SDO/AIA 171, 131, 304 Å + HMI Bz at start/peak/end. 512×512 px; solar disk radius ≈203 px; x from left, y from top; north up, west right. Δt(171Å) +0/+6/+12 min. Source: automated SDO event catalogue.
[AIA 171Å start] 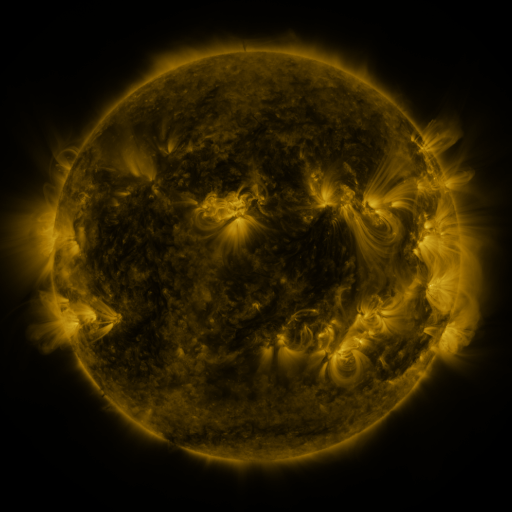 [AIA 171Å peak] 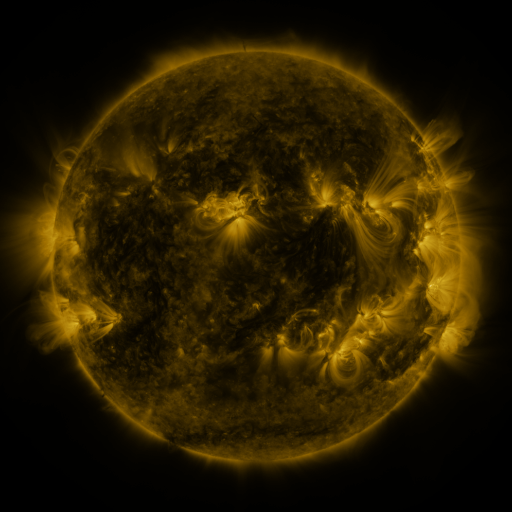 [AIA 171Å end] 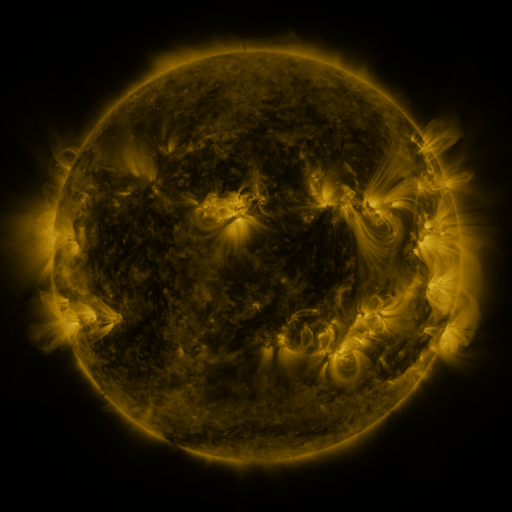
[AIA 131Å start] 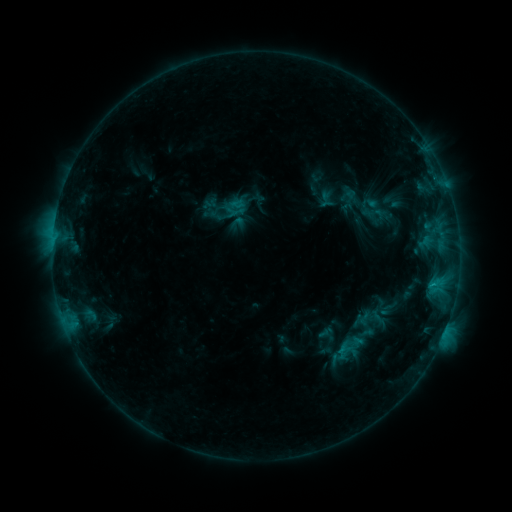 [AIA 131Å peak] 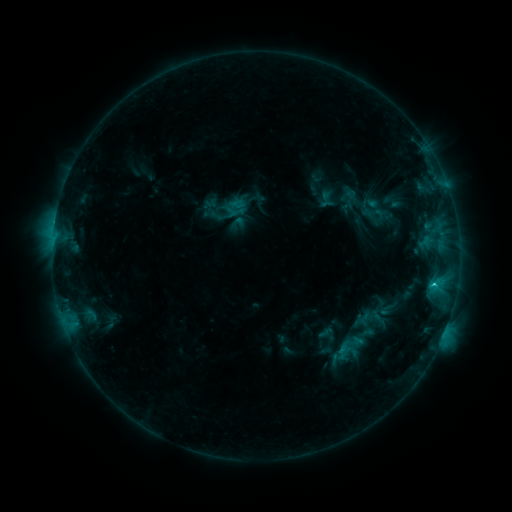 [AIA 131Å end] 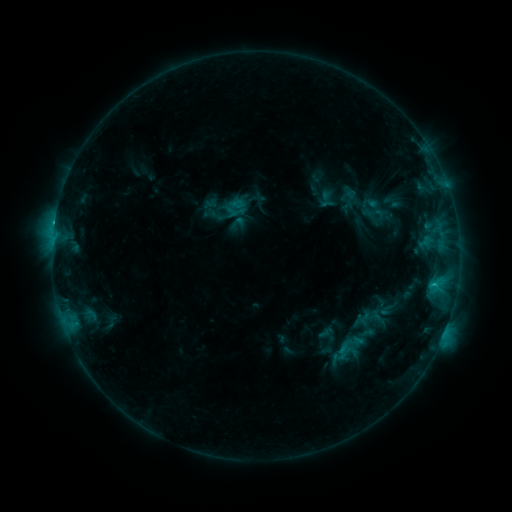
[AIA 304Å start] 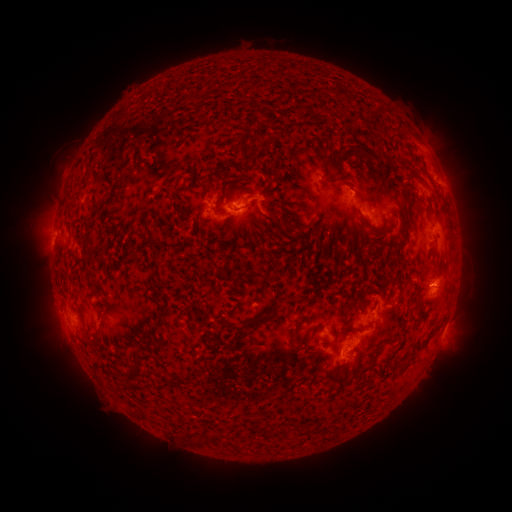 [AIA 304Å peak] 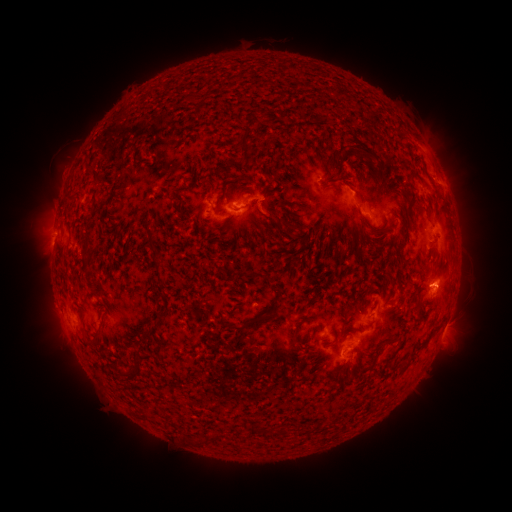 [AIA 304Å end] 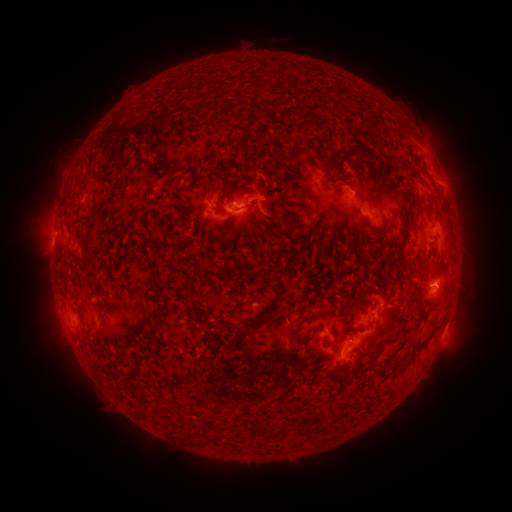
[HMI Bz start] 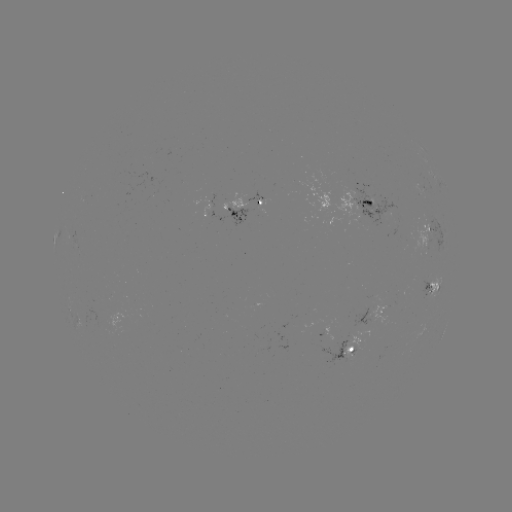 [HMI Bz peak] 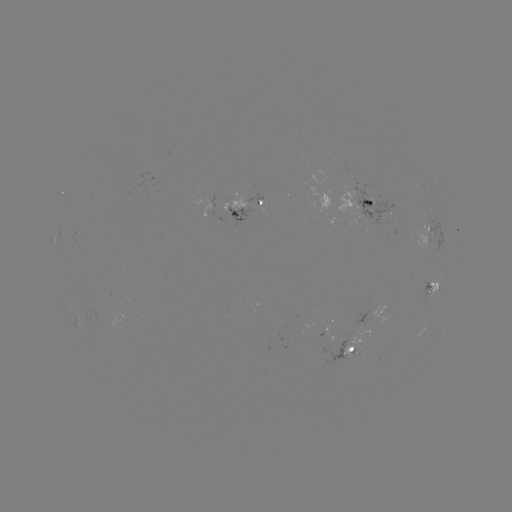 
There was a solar flare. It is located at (433, 284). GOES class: C1.1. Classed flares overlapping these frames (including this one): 1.